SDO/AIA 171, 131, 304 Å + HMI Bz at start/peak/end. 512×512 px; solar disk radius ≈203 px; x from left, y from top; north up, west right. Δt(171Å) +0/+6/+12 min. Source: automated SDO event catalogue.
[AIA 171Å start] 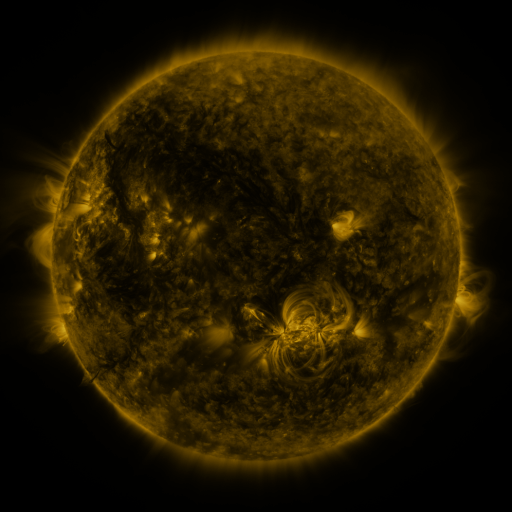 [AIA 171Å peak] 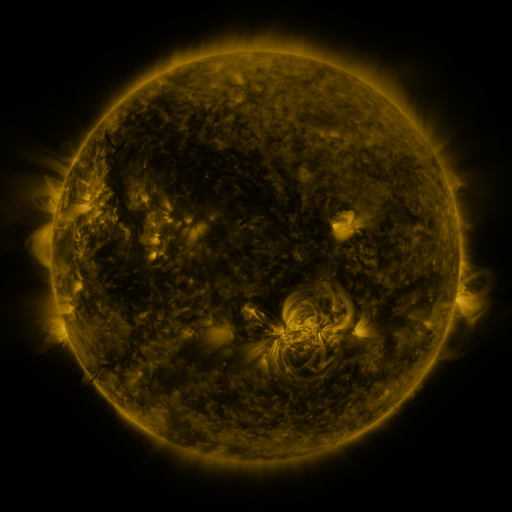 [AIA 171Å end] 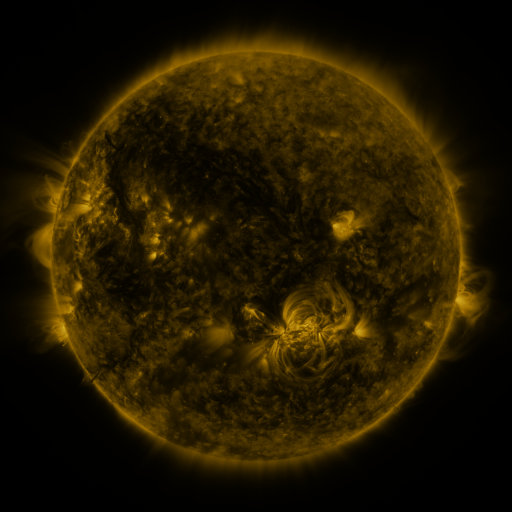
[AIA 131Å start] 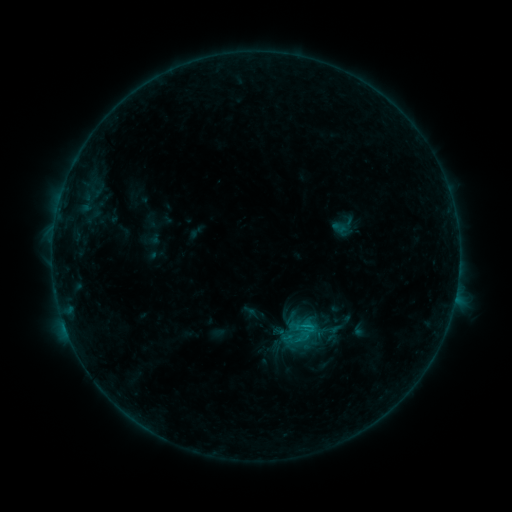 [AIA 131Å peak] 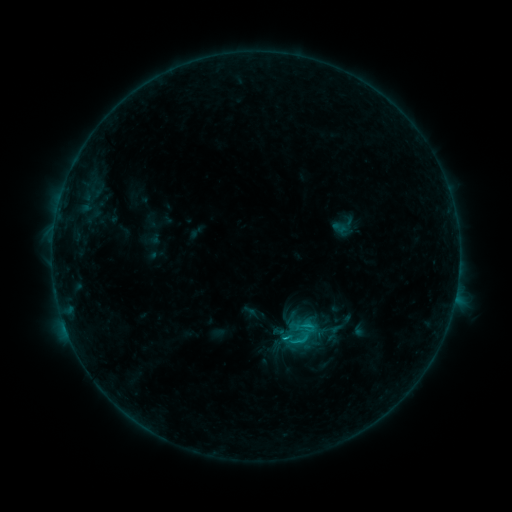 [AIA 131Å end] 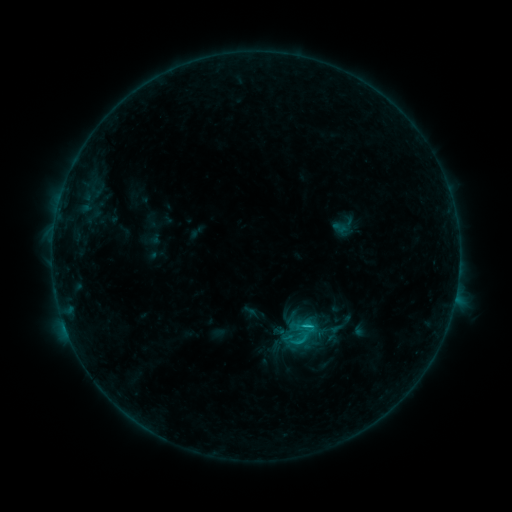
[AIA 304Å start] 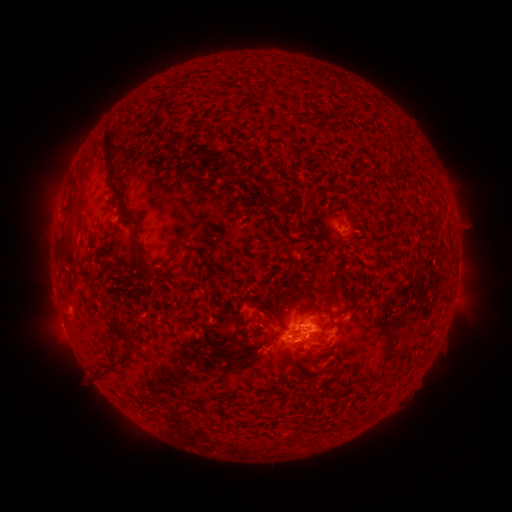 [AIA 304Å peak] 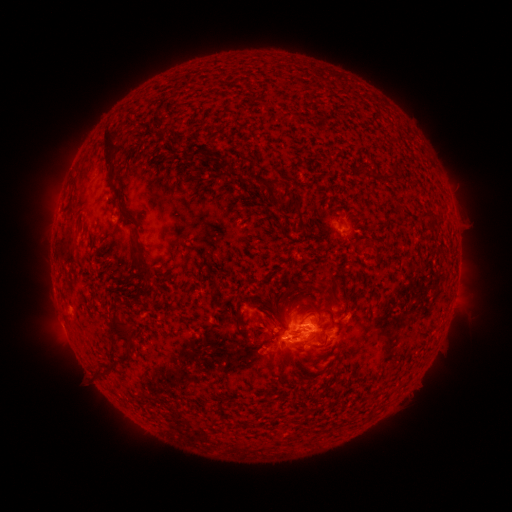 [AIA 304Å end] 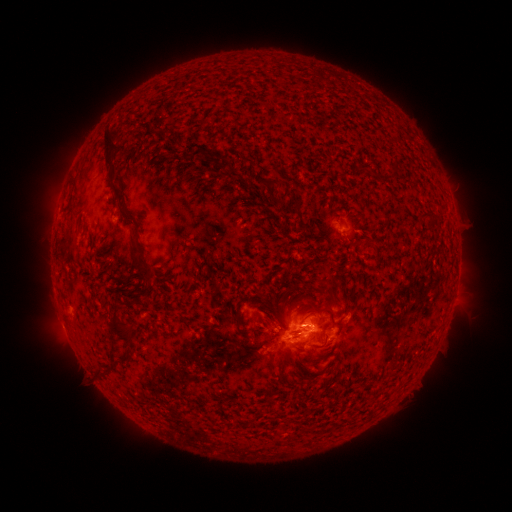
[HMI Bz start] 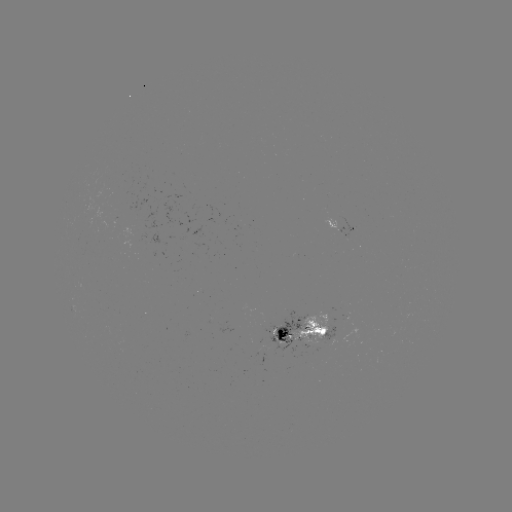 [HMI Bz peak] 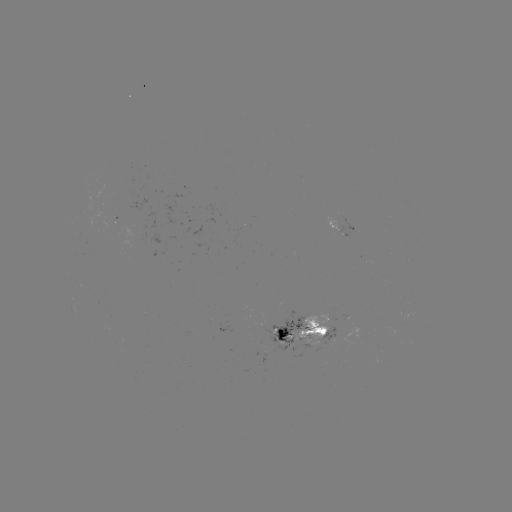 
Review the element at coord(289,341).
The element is C1.3 flare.